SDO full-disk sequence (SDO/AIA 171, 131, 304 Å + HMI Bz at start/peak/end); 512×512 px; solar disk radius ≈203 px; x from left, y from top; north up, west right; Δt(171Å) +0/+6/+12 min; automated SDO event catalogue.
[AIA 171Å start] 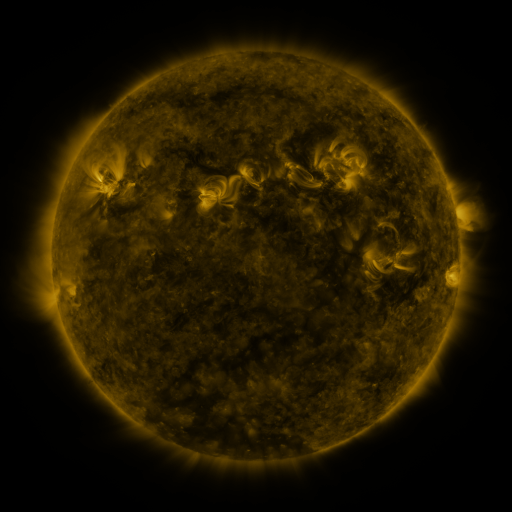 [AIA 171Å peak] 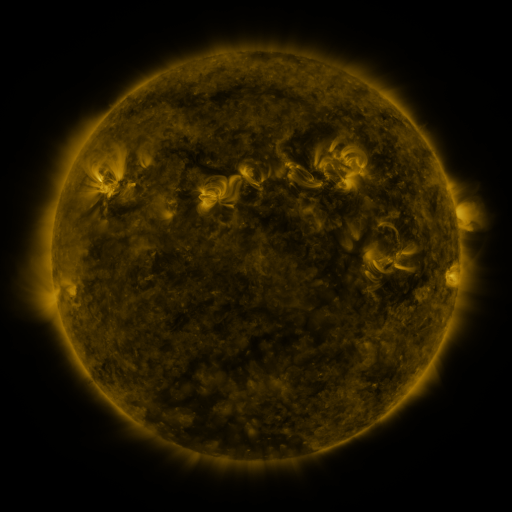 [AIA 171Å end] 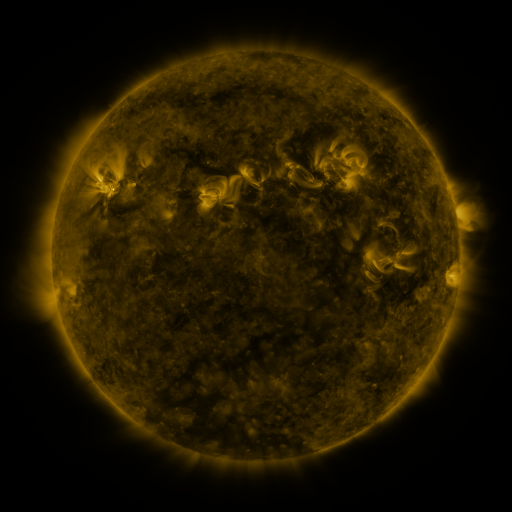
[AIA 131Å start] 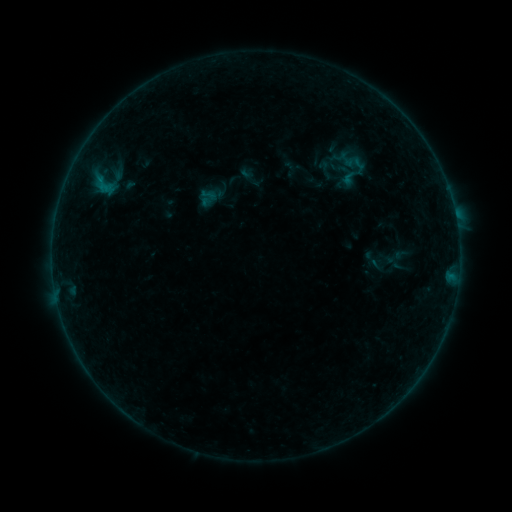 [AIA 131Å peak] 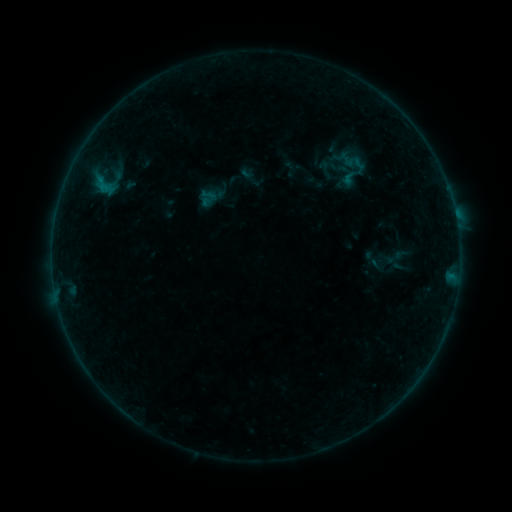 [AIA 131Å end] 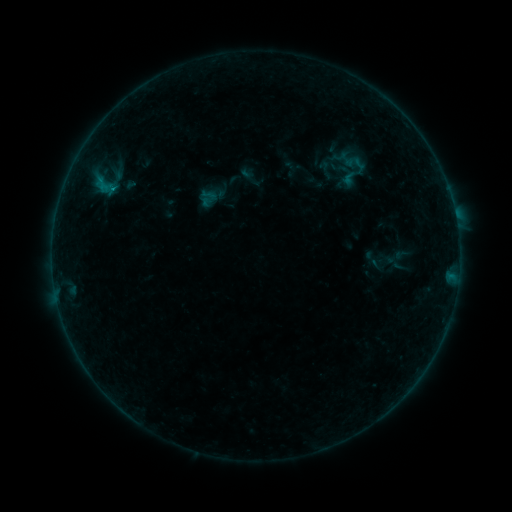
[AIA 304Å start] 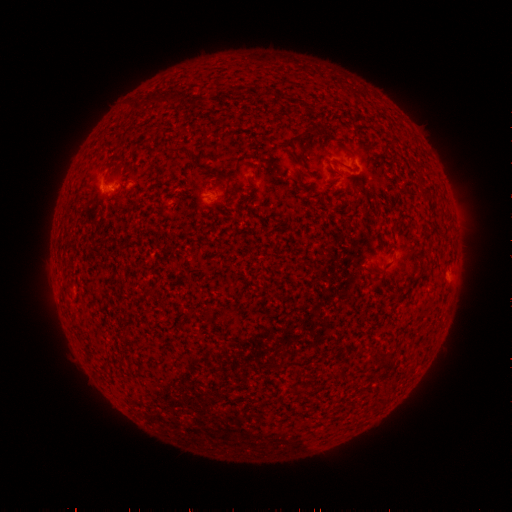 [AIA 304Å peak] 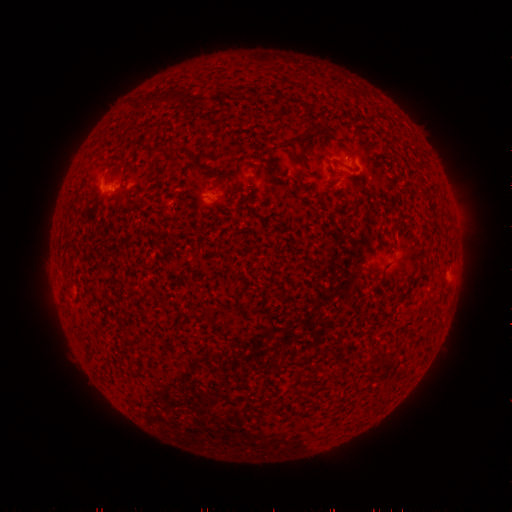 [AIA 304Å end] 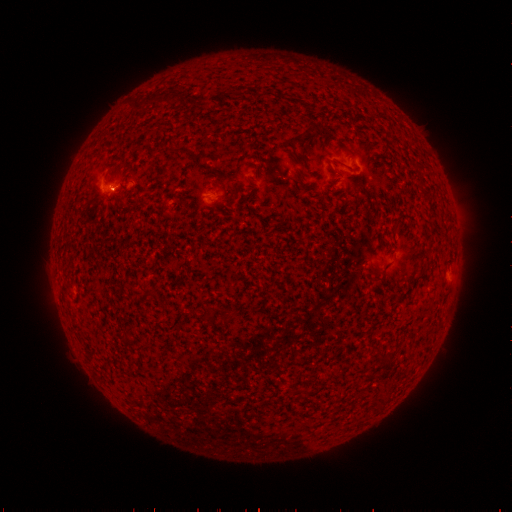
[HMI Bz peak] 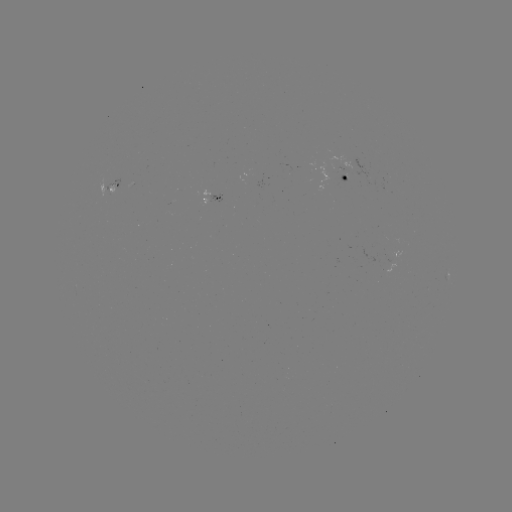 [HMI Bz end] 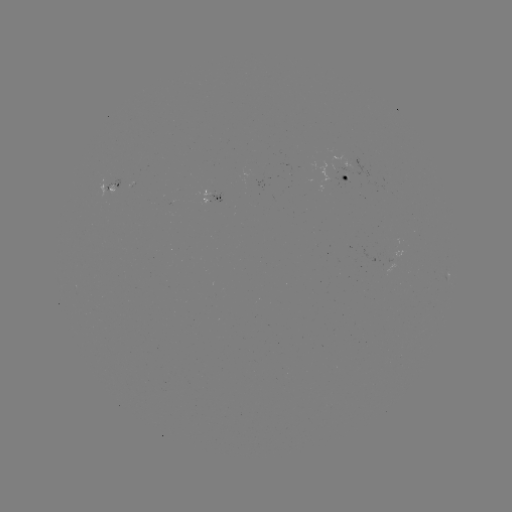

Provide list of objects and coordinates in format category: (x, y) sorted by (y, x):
B2.6 flare: (113, 189)
